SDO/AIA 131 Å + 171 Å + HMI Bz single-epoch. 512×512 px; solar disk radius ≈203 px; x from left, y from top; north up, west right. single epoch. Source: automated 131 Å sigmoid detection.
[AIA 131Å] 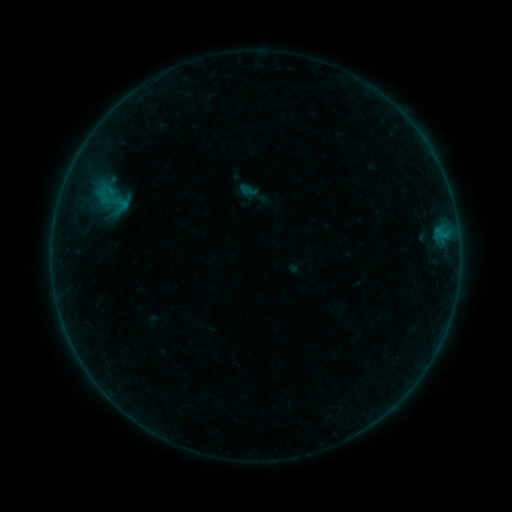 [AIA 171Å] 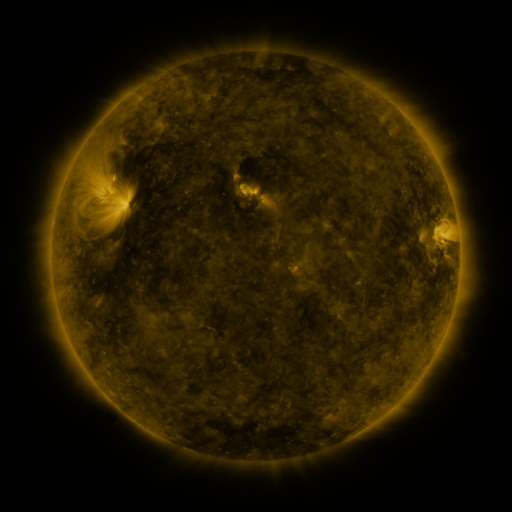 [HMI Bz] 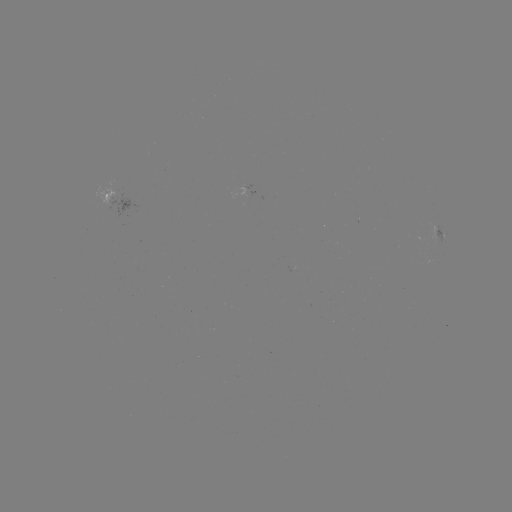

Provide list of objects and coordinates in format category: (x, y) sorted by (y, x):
sigmoid: (112, 199)
